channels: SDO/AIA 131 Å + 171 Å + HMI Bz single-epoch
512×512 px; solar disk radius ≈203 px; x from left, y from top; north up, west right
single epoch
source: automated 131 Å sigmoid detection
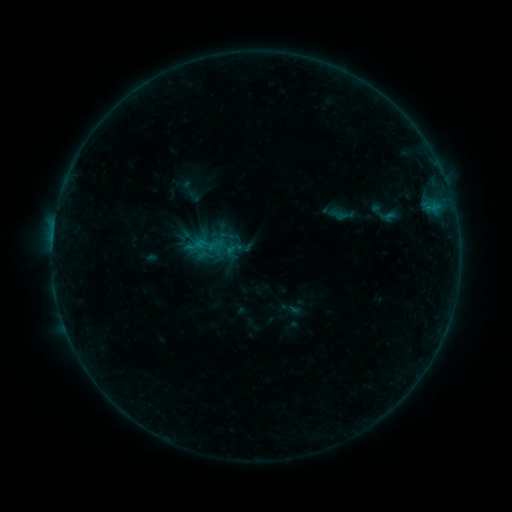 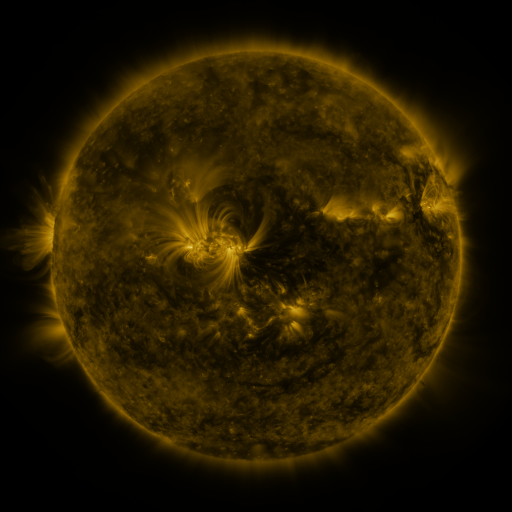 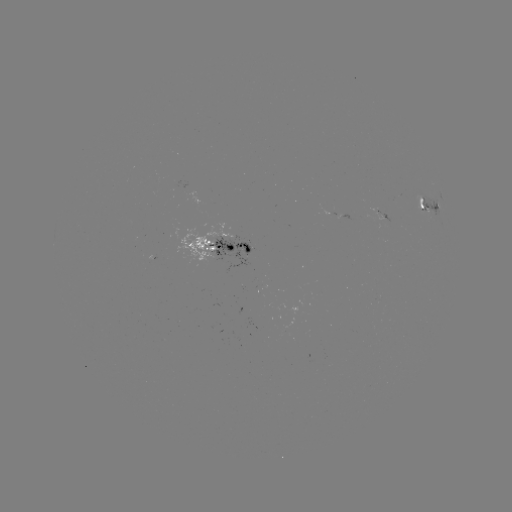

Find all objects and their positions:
sigmoid: (339, 215)
sigmoid: (208, 245)
